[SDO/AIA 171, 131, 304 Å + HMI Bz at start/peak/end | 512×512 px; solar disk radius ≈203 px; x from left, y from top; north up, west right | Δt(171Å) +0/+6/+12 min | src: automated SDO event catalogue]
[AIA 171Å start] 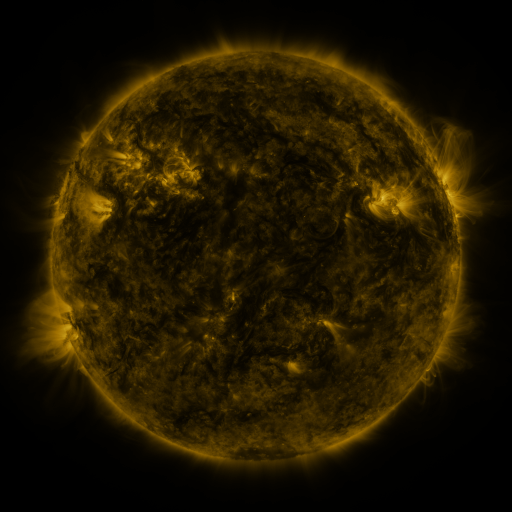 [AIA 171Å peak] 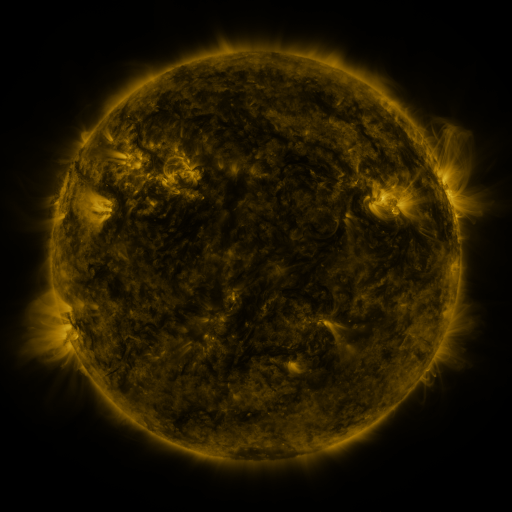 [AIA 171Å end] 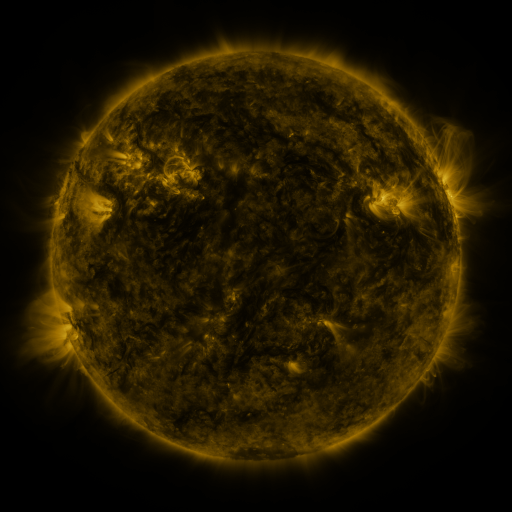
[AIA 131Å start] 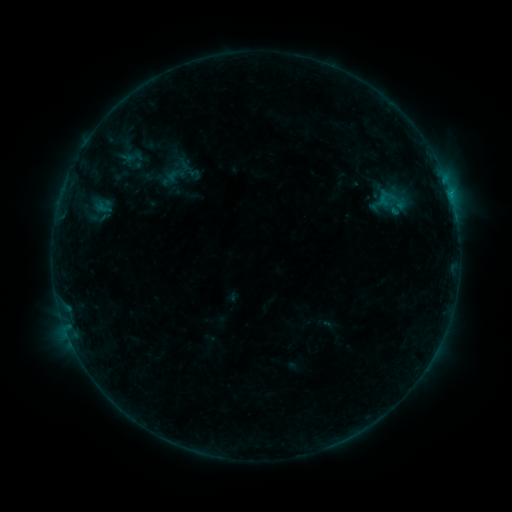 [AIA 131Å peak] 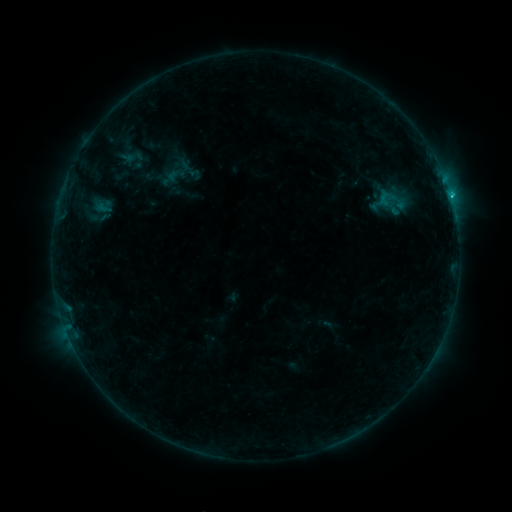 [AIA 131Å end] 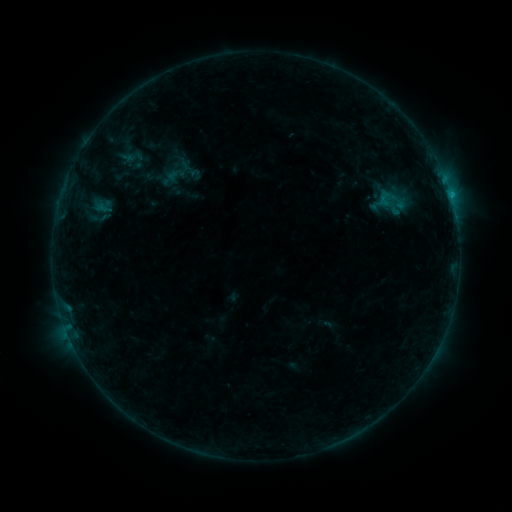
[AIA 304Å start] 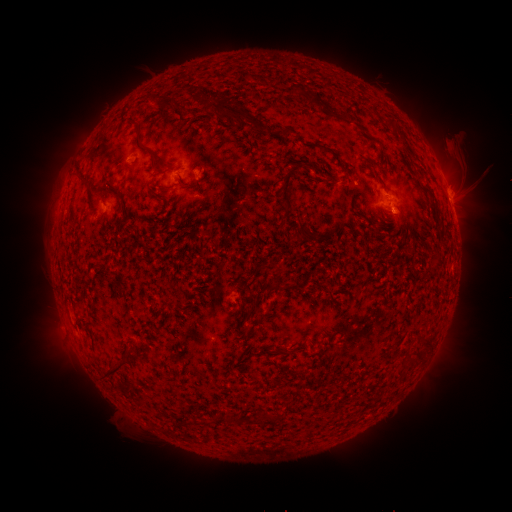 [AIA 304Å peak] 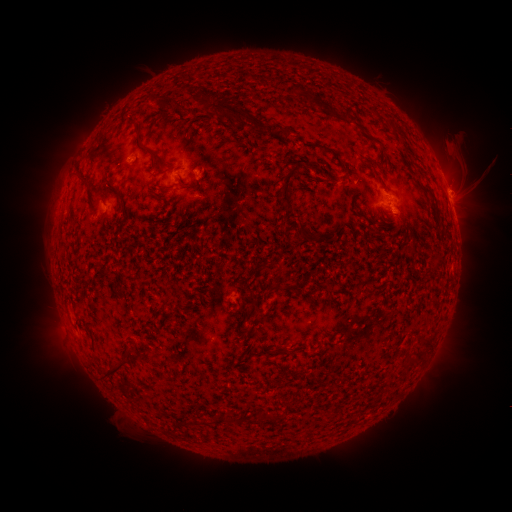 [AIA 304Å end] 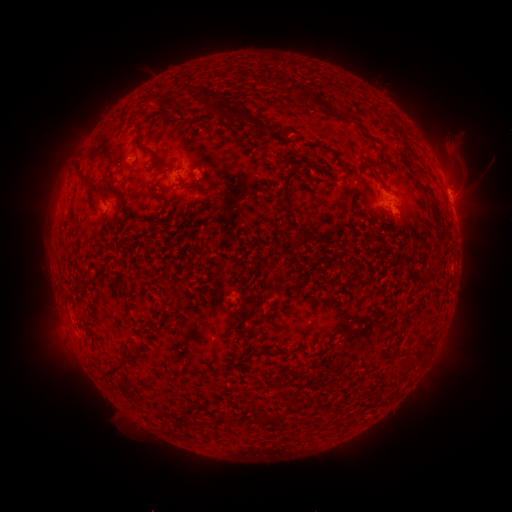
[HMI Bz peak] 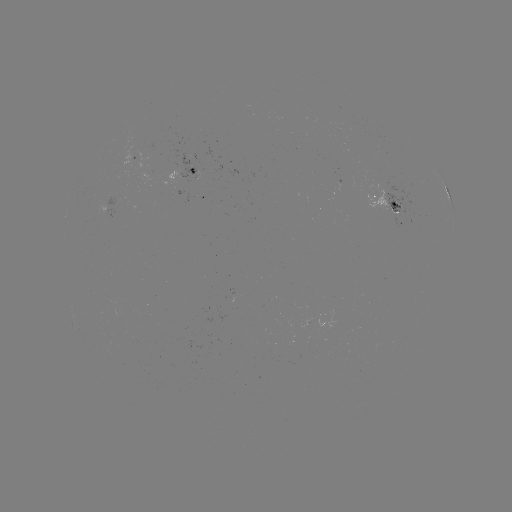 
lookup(B9.0 flare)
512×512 (451, 199)